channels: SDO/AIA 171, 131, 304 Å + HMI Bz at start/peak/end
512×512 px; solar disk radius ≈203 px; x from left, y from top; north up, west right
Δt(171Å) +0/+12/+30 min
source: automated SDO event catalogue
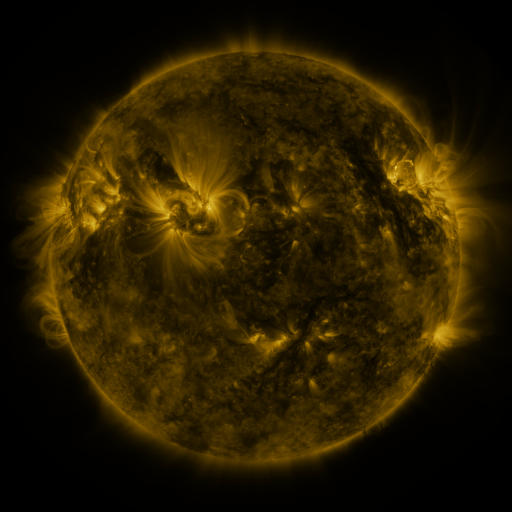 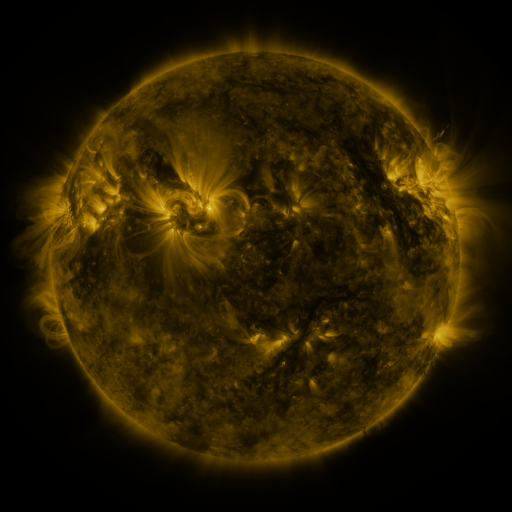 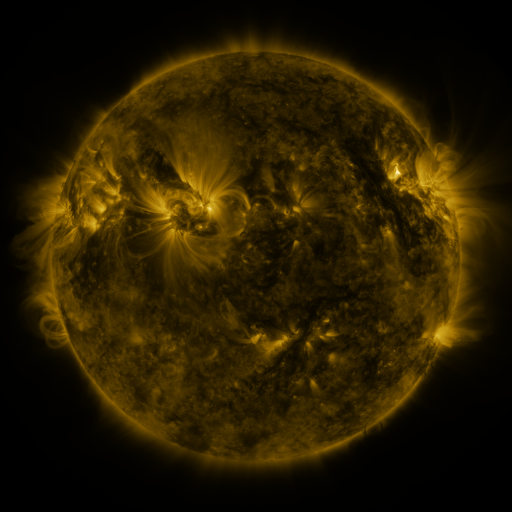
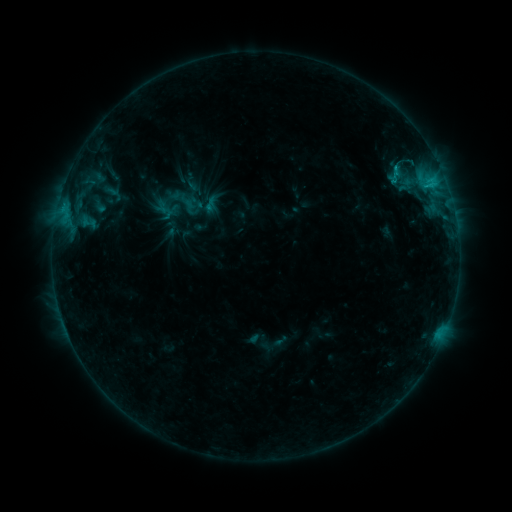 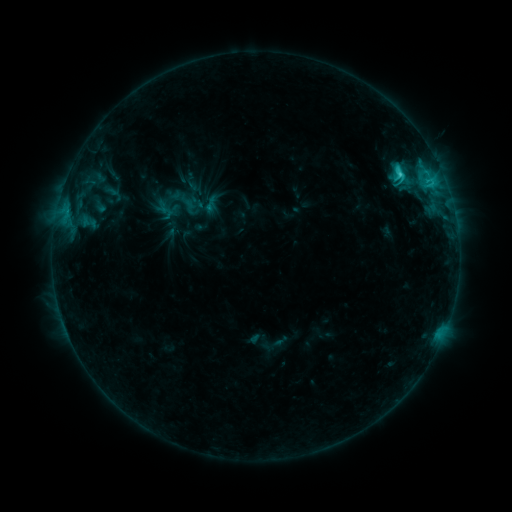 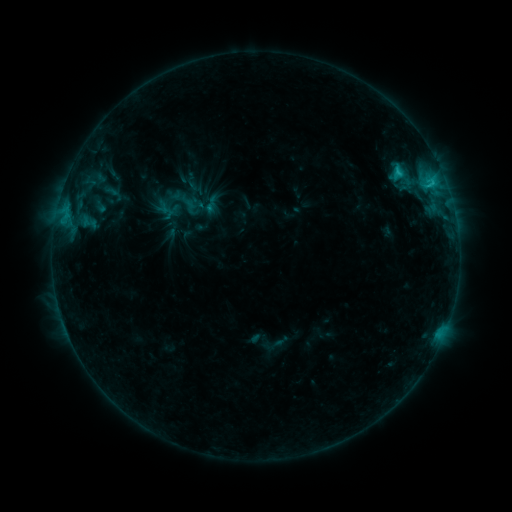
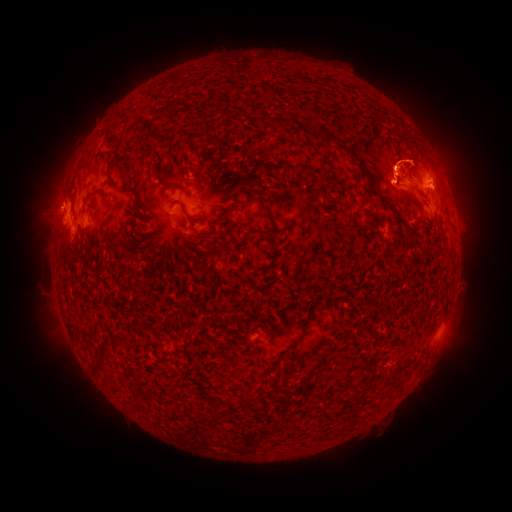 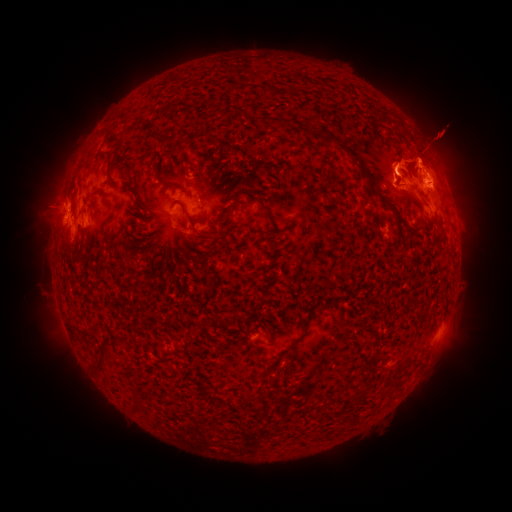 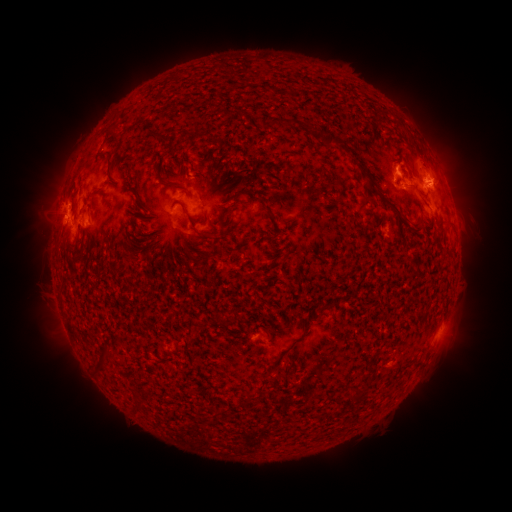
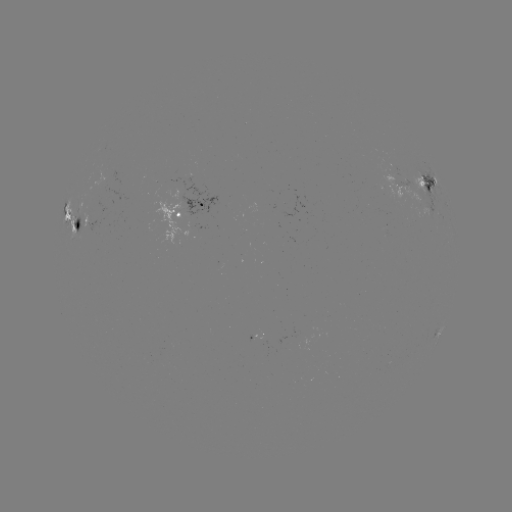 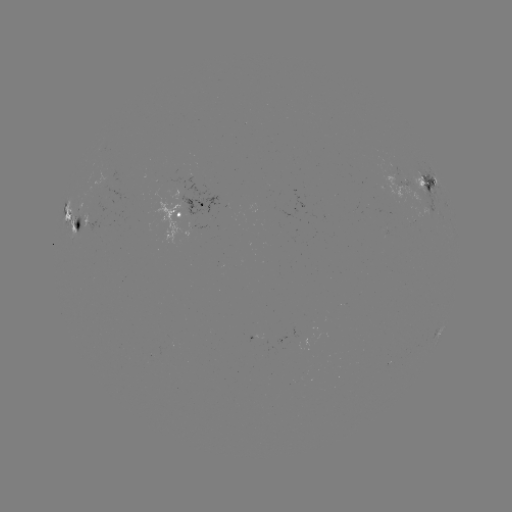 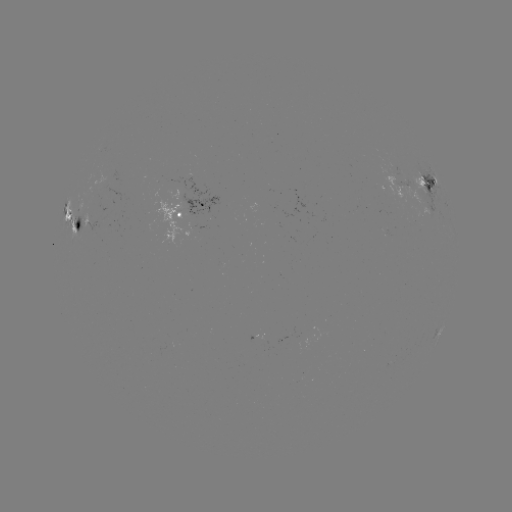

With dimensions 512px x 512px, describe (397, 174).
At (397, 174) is C3.2 flare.